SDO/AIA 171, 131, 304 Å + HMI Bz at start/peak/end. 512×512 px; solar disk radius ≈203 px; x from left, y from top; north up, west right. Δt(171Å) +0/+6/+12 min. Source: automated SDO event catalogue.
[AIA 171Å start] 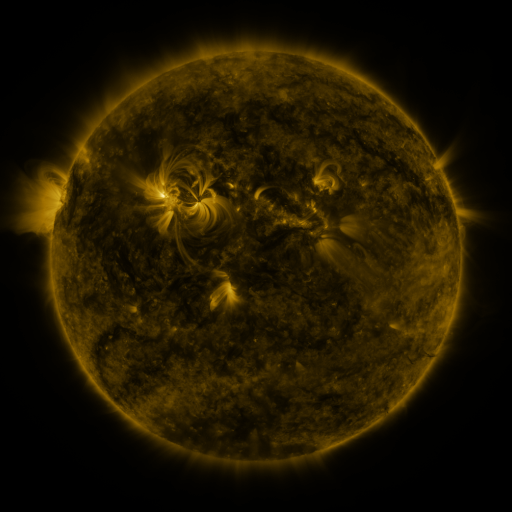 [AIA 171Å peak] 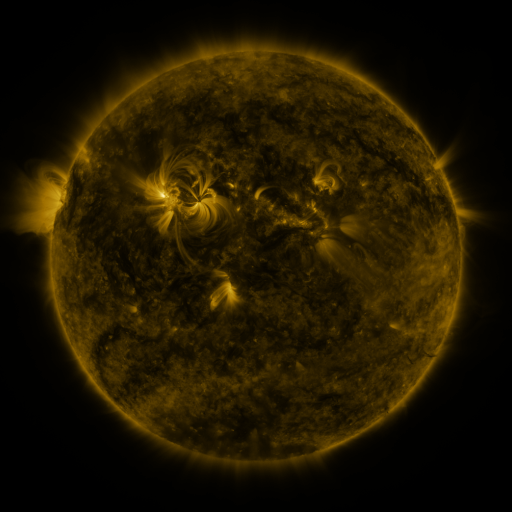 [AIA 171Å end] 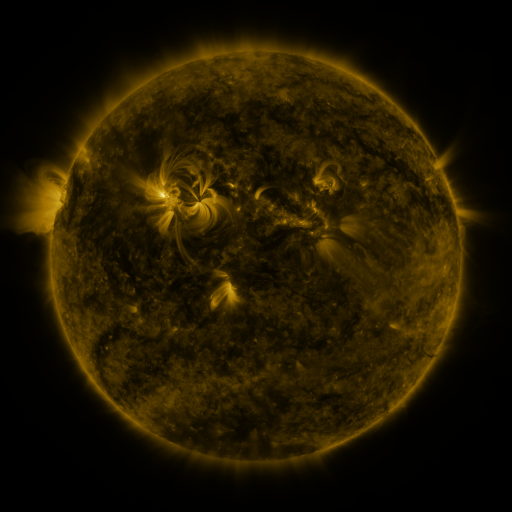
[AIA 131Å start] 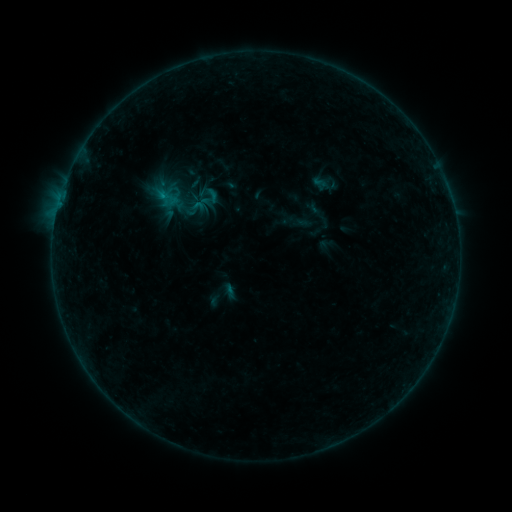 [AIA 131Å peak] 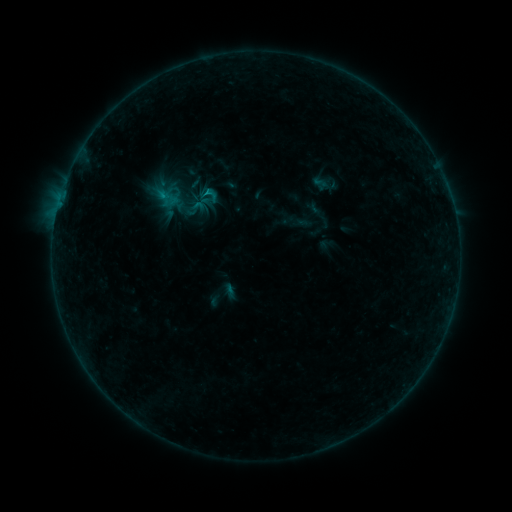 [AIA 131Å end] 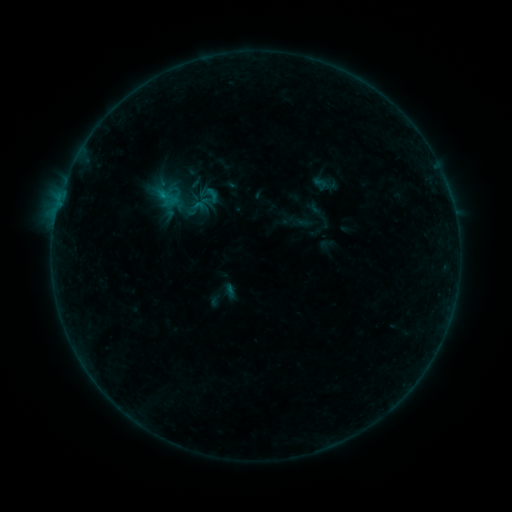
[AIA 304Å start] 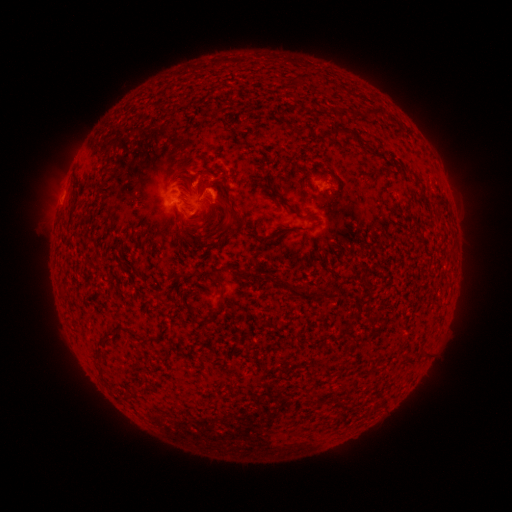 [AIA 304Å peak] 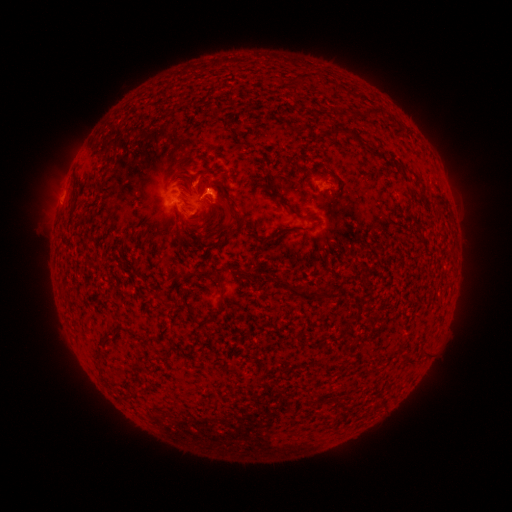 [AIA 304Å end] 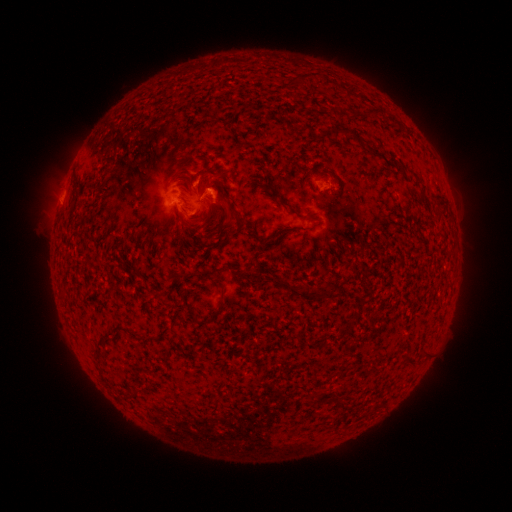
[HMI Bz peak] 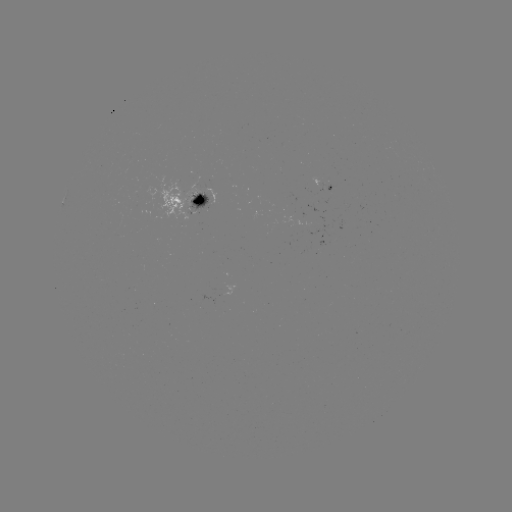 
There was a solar flare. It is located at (211, 194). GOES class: B4.1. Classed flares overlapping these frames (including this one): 1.